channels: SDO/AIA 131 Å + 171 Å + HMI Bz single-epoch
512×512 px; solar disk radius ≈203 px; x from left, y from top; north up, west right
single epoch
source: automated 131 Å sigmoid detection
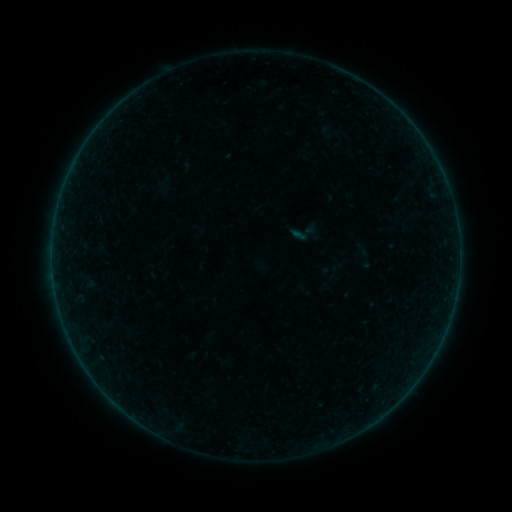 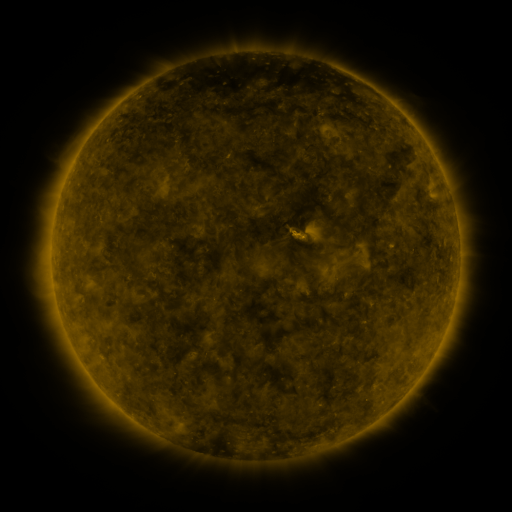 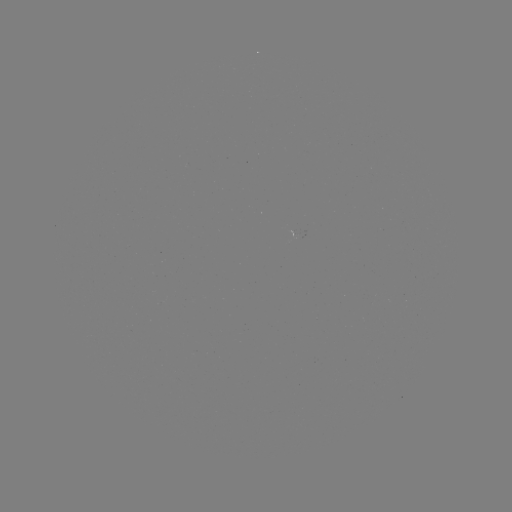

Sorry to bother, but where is sigmoid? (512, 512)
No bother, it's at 303,233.